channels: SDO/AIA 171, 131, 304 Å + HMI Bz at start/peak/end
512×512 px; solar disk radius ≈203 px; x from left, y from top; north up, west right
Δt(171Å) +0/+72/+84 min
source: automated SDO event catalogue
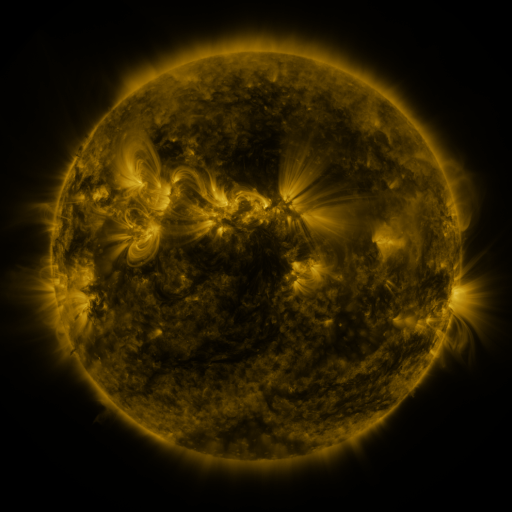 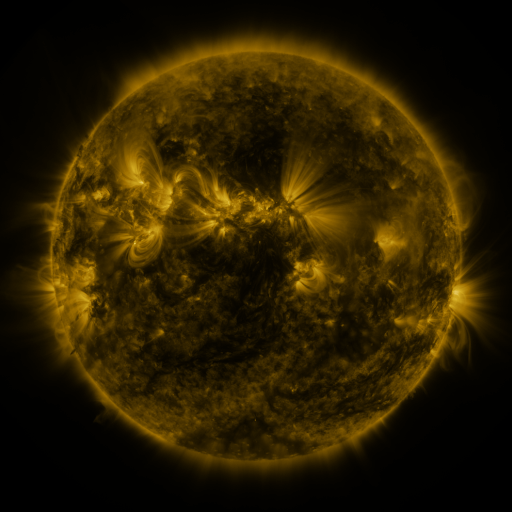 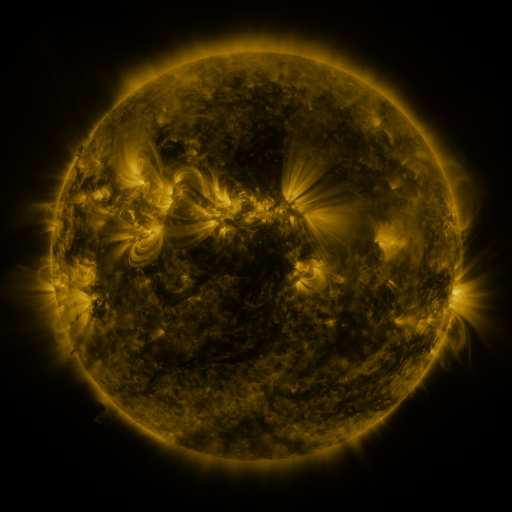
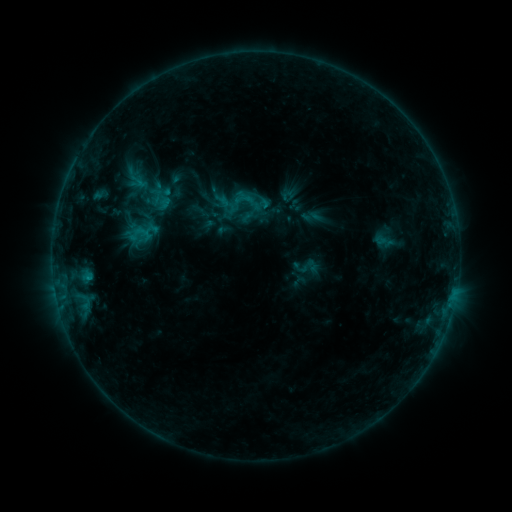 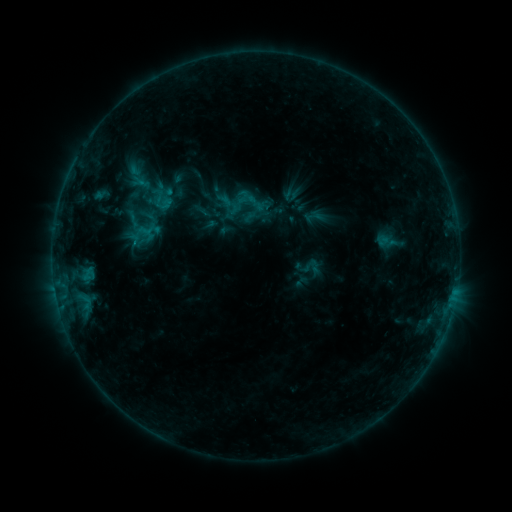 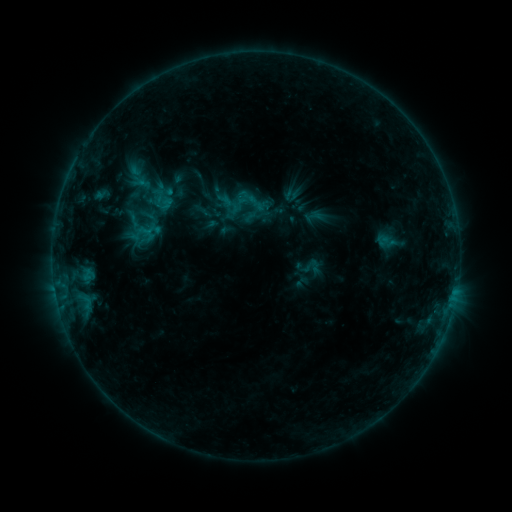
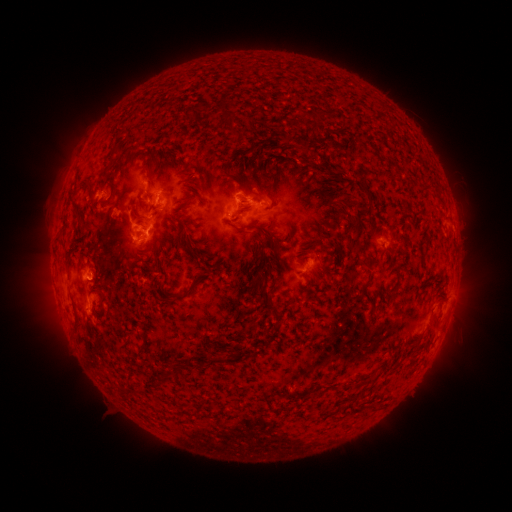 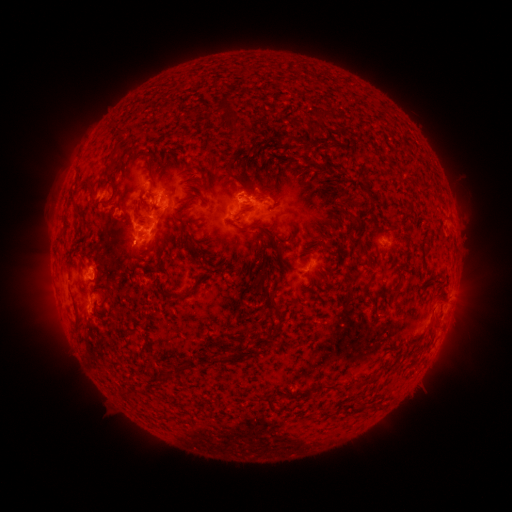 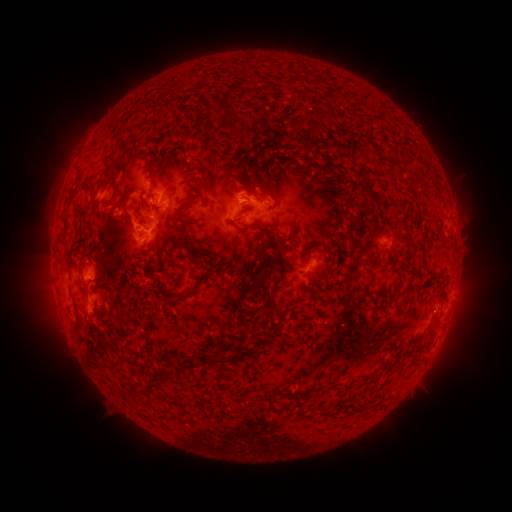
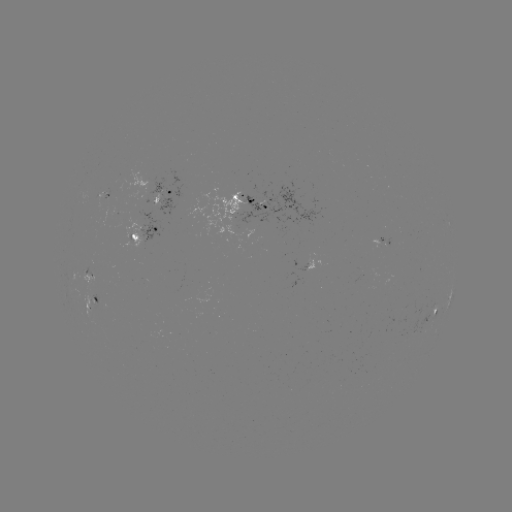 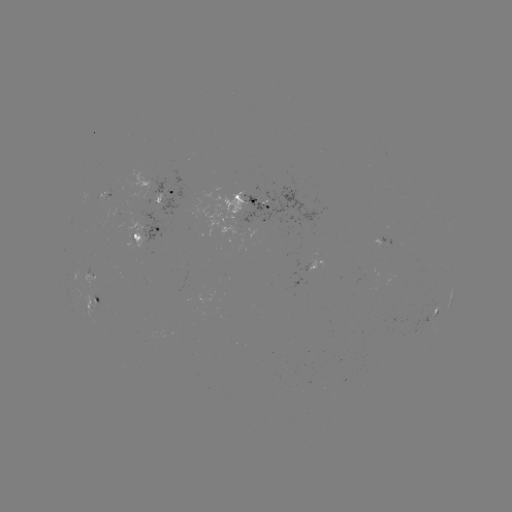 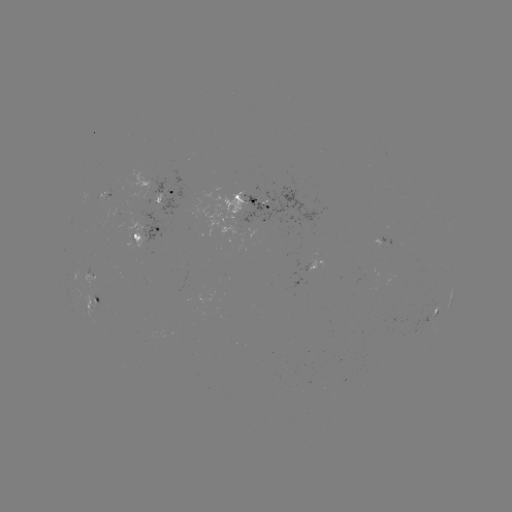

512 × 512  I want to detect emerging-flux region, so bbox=[190, 182, 258, 241].